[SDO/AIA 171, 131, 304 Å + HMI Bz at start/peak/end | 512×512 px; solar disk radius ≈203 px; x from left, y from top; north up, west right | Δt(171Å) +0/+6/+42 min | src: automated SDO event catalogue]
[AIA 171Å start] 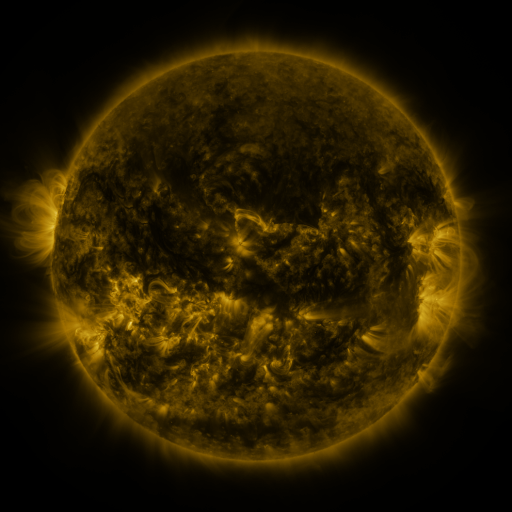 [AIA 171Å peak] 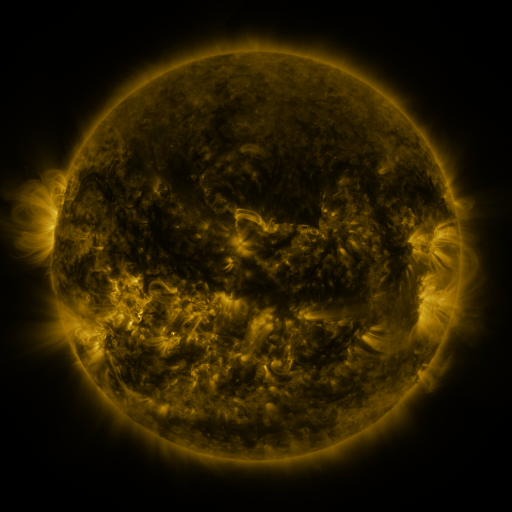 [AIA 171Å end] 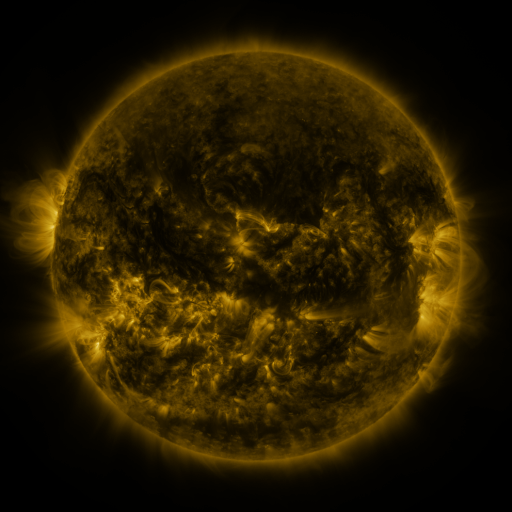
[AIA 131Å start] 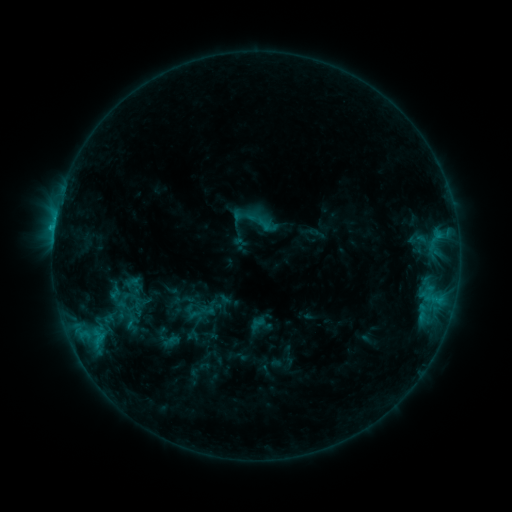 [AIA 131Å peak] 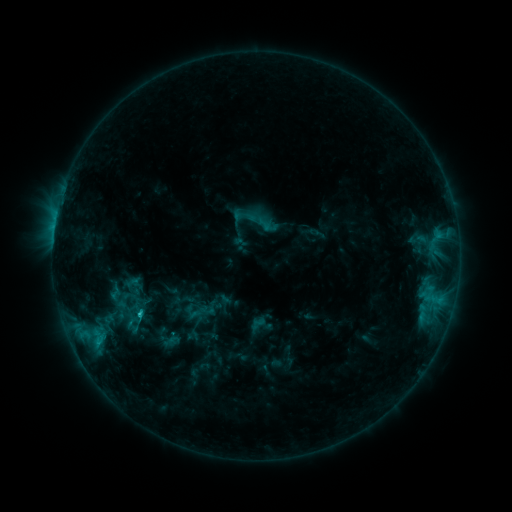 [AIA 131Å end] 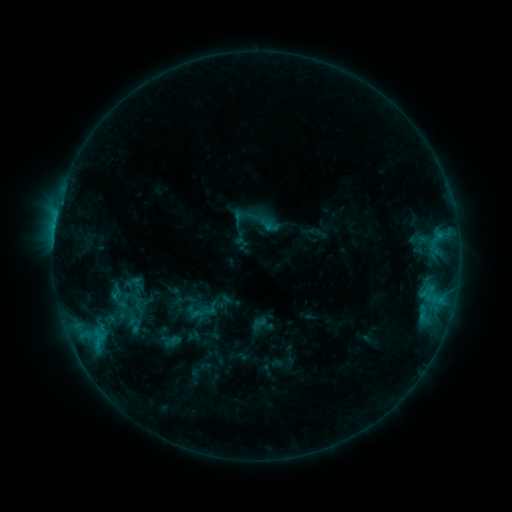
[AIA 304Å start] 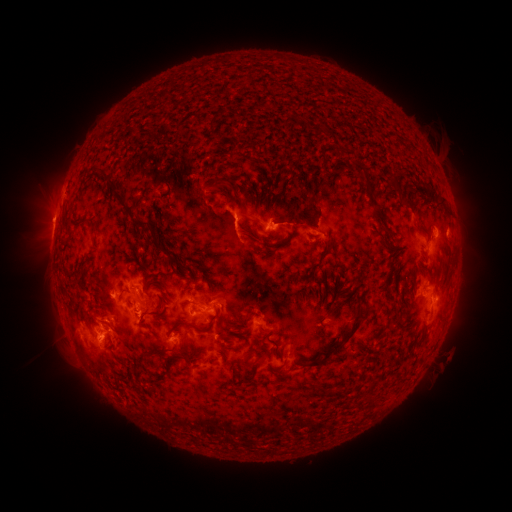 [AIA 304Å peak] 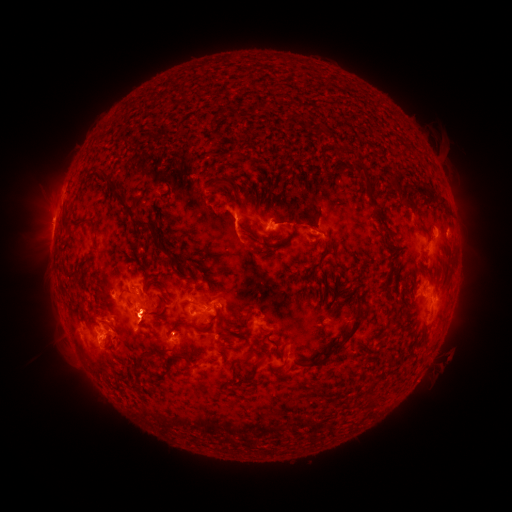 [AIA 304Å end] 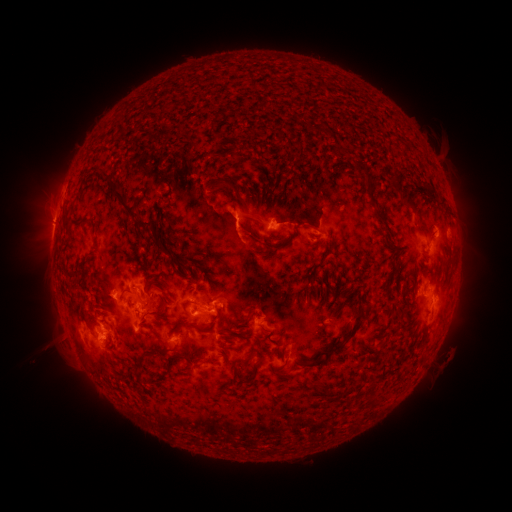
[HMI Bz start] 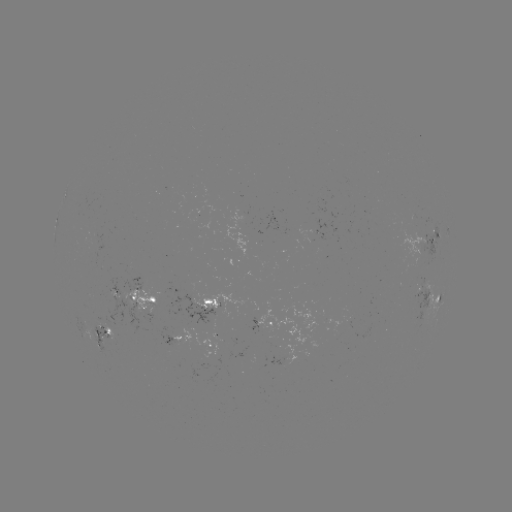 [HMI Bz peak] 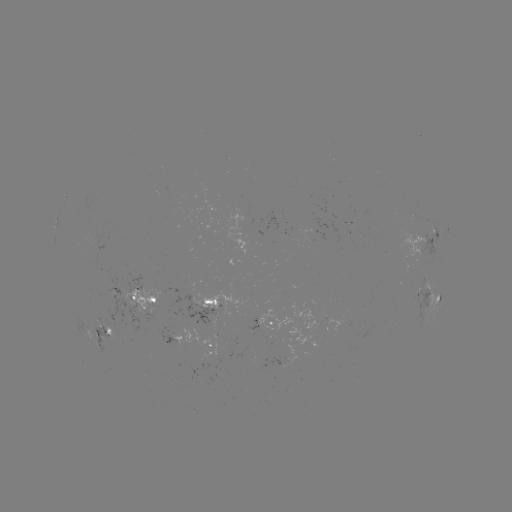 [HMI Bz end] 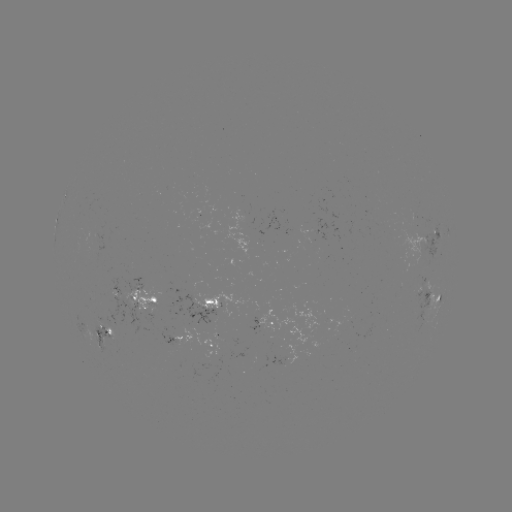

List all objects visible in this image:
C2.5 flare: (141, 314)
